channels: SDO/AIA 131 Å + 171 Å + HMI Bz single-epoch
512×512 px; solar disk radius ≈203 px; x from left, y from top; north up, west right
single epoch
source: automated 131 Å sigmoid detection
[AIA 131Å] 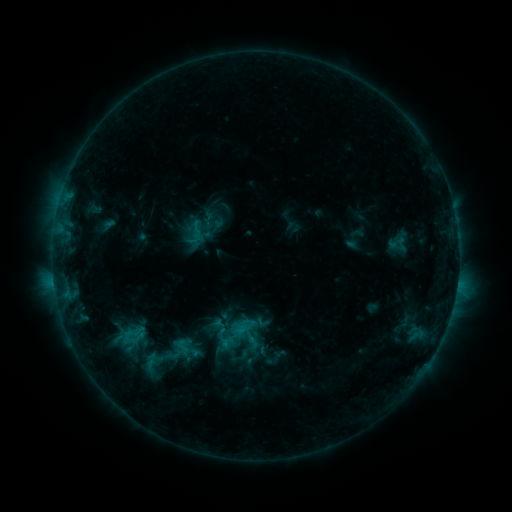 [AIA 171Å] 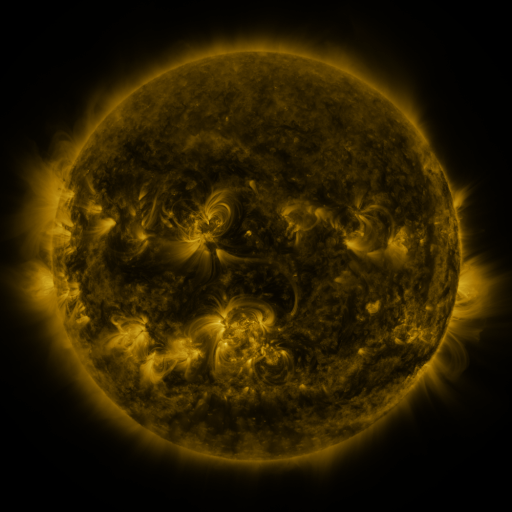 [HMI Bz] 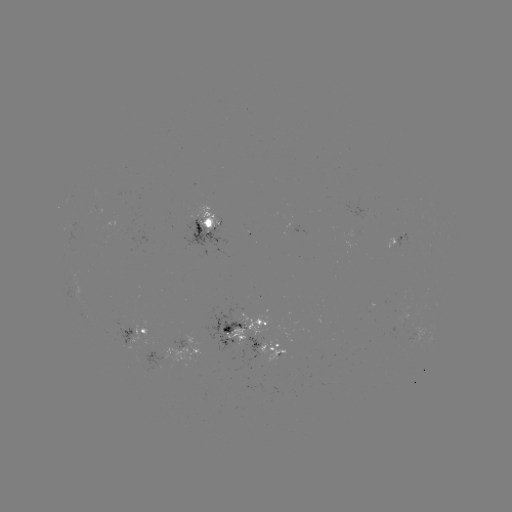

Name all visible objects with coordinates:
sigmoid: <bbox>220, 321, 257, 357</bbox>
